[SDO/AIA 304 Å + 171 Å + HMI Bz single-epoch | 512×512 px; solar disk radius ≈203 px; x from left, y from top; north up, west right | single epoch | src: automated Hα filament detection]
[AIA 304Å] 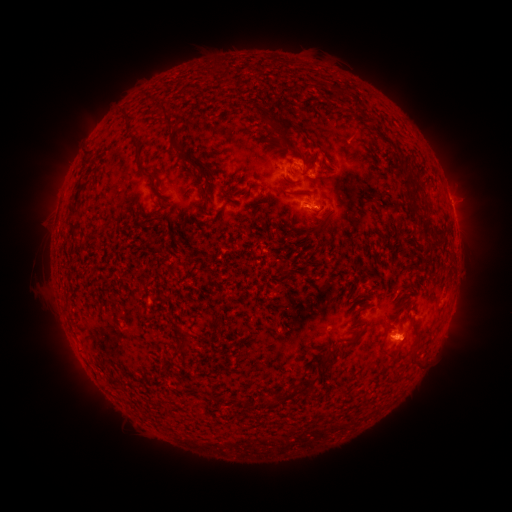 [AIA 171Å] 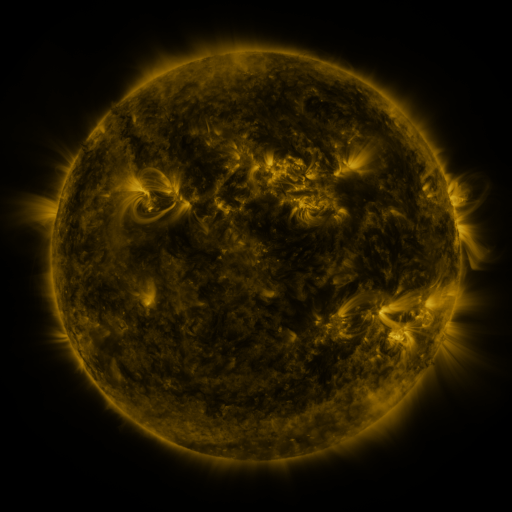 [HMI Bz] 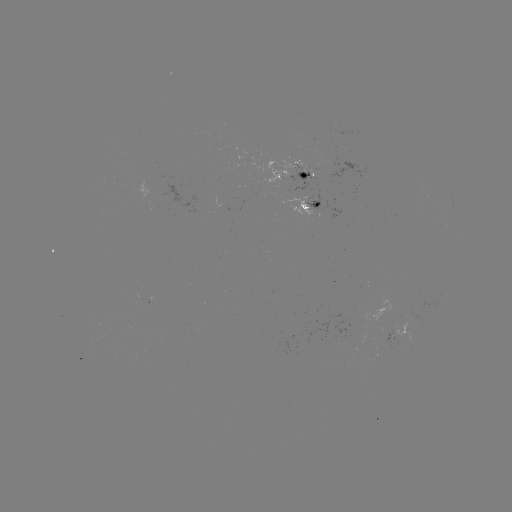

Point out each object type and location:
filament: <bbox>336, 87, 348, 95</bbox>
filament: <bbox>156, 104, 174, 125</bbox>
filament: <bbox>123, 113, 133, 121</bbox>
filament: <bbox>275, 117, 311, 164</bbox>
filament: <bbox>169, 132, 181, 147</bbox>
filament: <bbox>131, 137, 161, 182</bbox>
filament: <bbox>172, 139, 186, 157</bbox>
filament: <bbox>84, 148, 96, 158</bbox>
filament: <bbox>180, 154, 198, 170</bbox>
filament: <bbox>203, 164, 224, 184</bbox>
filament: <bbox>398, 175, 419, 187</bbox>
filament: <bbox>70, 180, 84, 217</bbox>
filament: <bbox>200, 185, 208, 204</bbox>
filament: <bbox>420, 192, 430, 214</bbox>
filament: <bbox>252, 197, 263, 208</bbox>
filament: <bbox>409, 203, 418, 220</bbox>
filament: <bbox>68, 221, 79, 236</bbox>
filament: <bbox>416, 225, 433, 237</bbox>
filament: <bbox>384, 320, 391, 331</bbox>
filament: <bbox>346, 336, 357, 345</bbox>
filament: <bbox>406, 339, 419, 364</bbox>
filament: <bbox>173, 341, 183, 354</bbox>
filament: <bbox>281, 376, 316, 395</bbox>
filament: <bbox>263, 396, 274, 407</bbox>
filament: <bbox>234, 398, 243, 411</bbox>
